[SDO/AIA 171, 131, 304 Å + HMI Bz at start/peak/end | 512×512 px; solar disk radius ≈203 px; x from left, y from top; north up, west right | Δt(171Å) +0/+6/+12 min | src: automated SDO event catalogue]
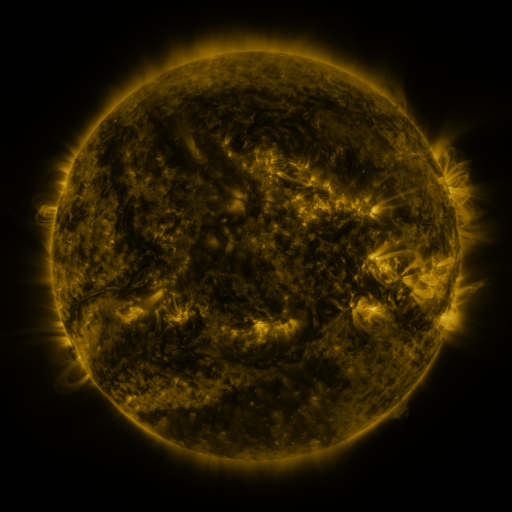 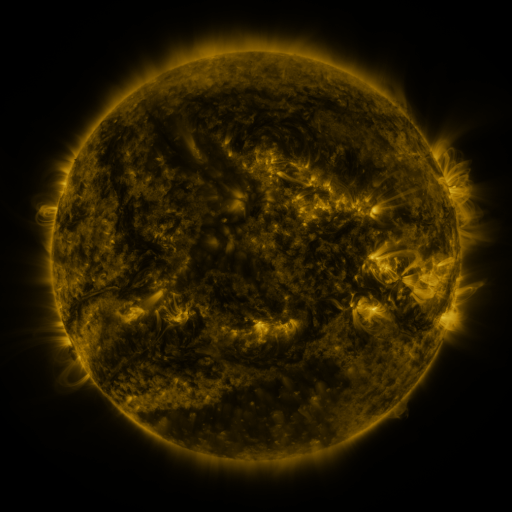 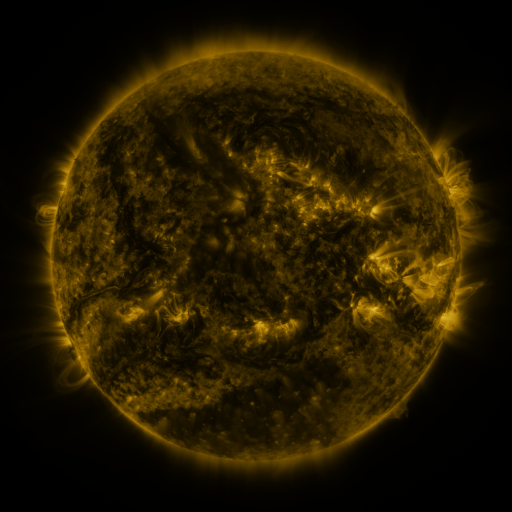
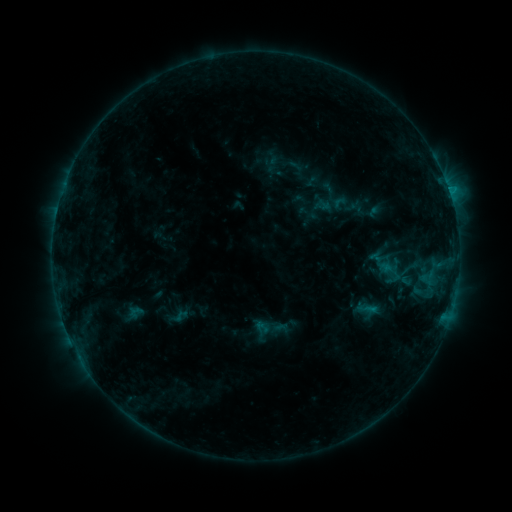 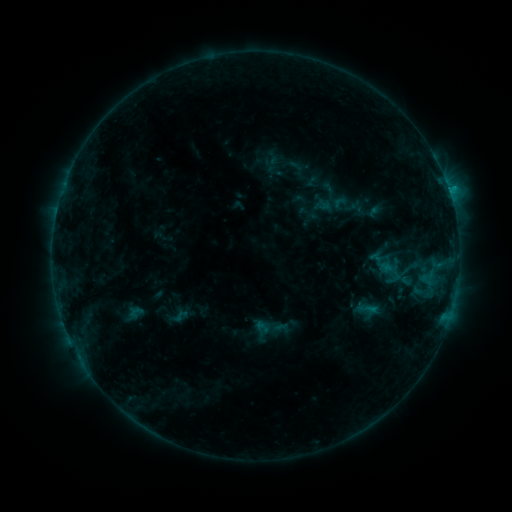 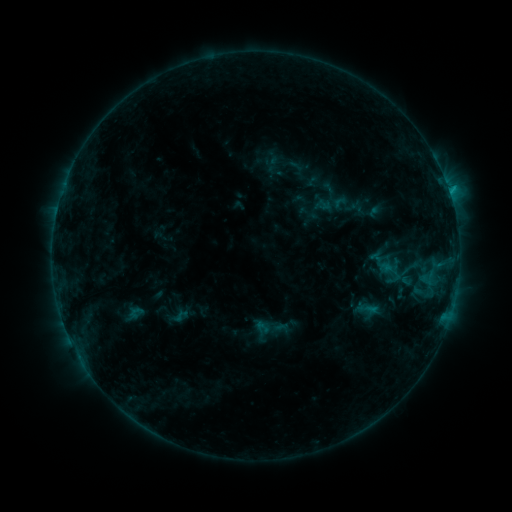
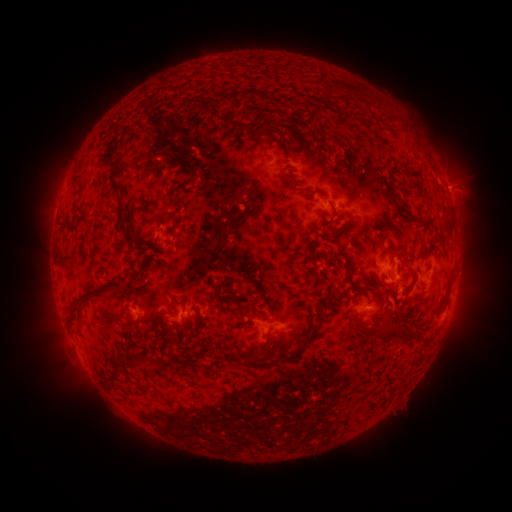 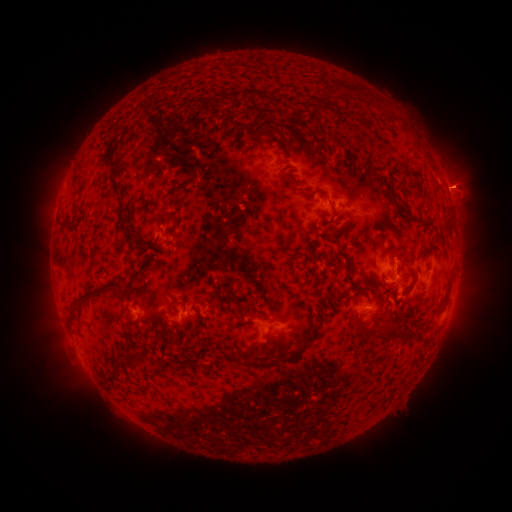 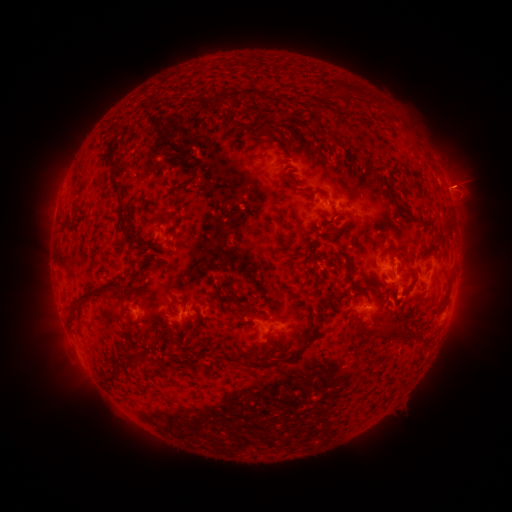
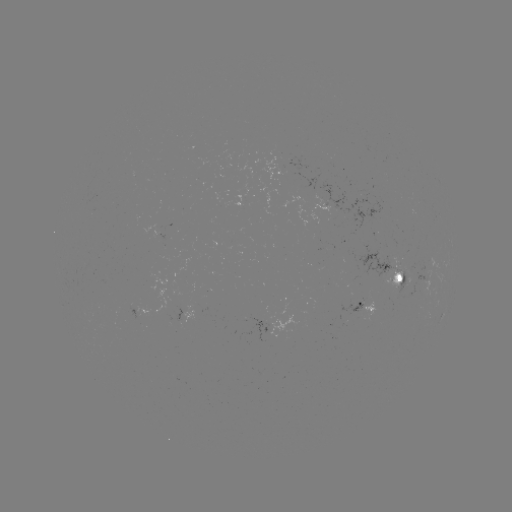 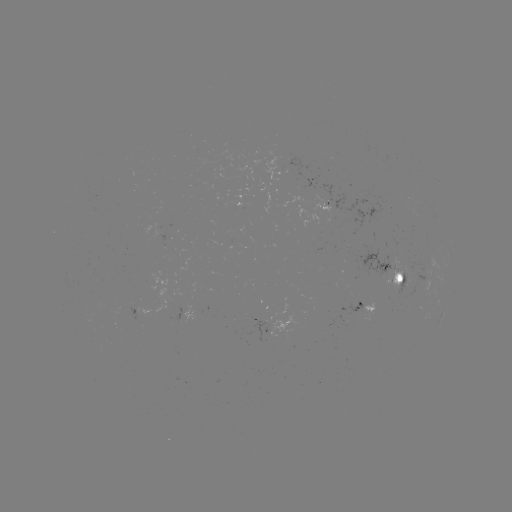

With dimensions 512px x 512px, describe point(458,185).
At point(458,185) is eruption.